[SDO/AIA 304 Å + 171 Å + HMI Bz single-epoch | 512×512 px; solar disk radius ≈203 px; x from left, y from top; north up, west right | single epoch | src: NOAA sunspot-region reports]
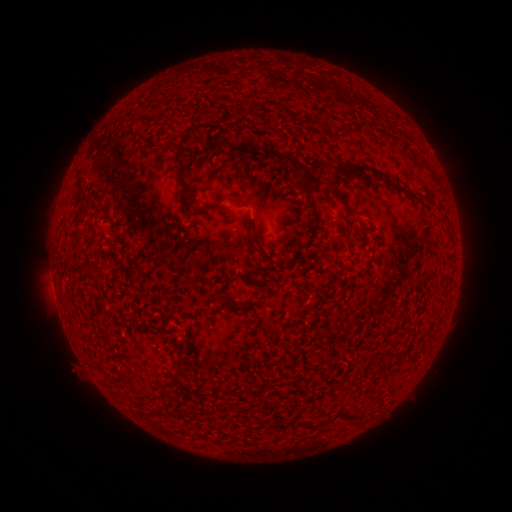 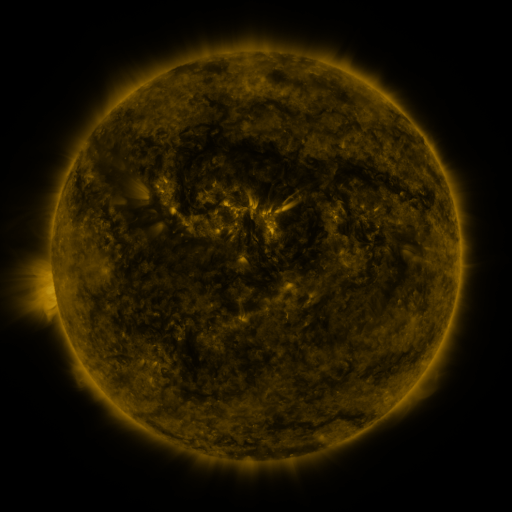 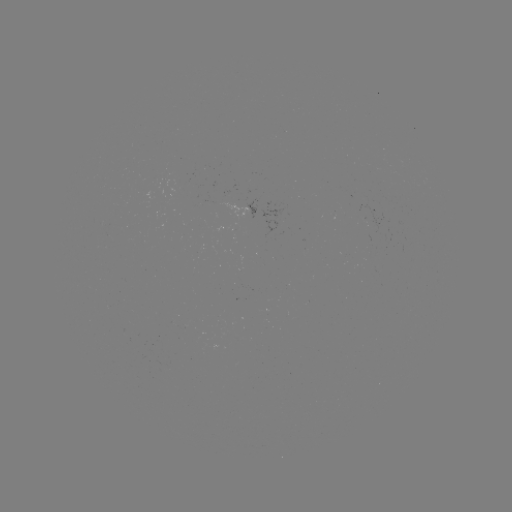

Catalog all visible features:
(none)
